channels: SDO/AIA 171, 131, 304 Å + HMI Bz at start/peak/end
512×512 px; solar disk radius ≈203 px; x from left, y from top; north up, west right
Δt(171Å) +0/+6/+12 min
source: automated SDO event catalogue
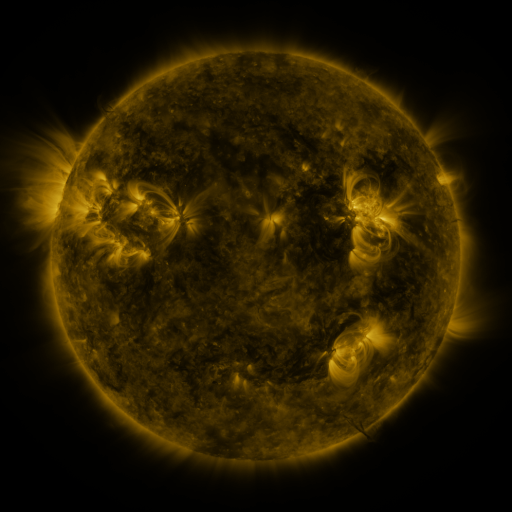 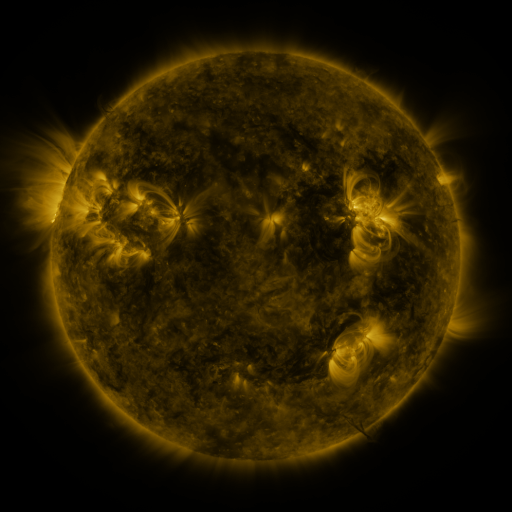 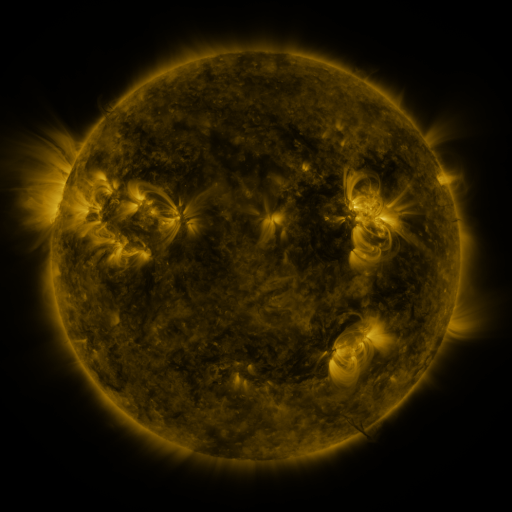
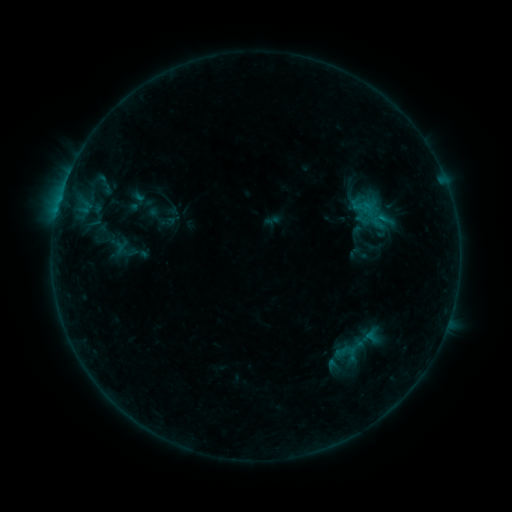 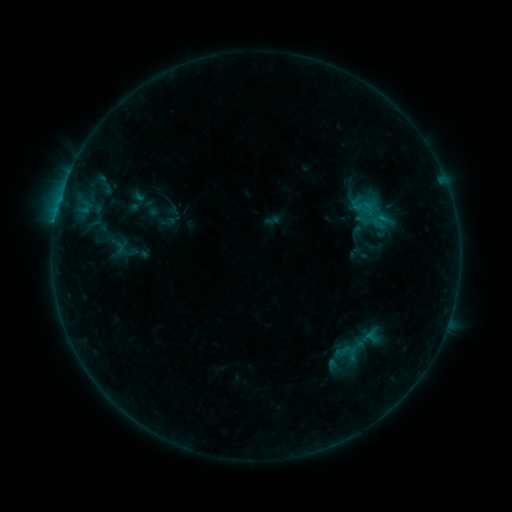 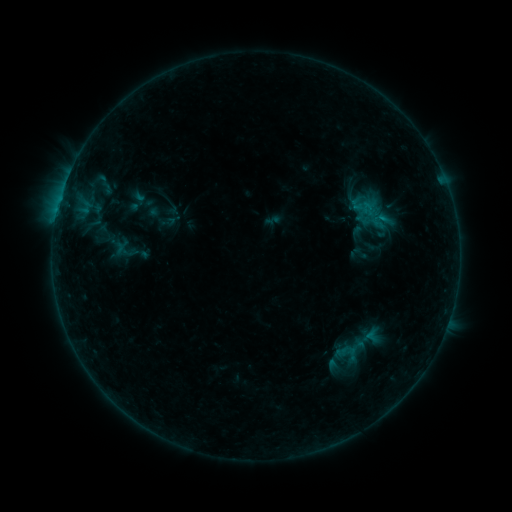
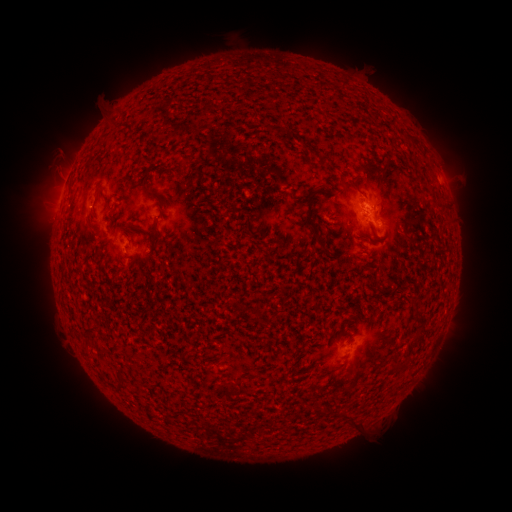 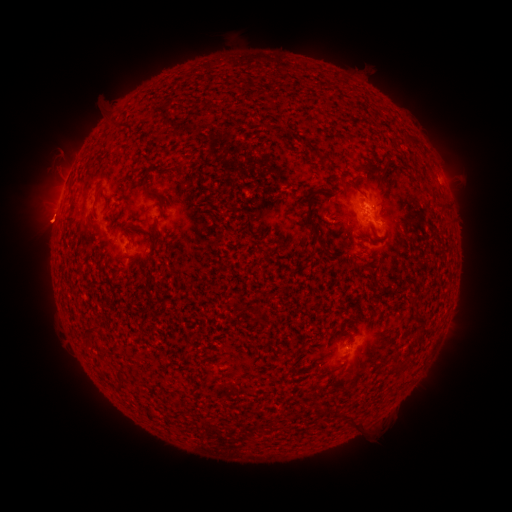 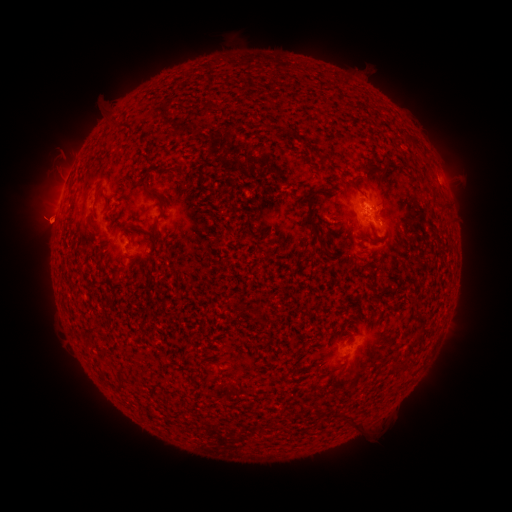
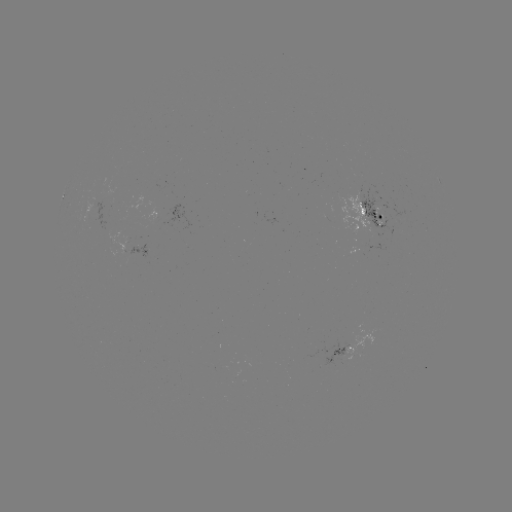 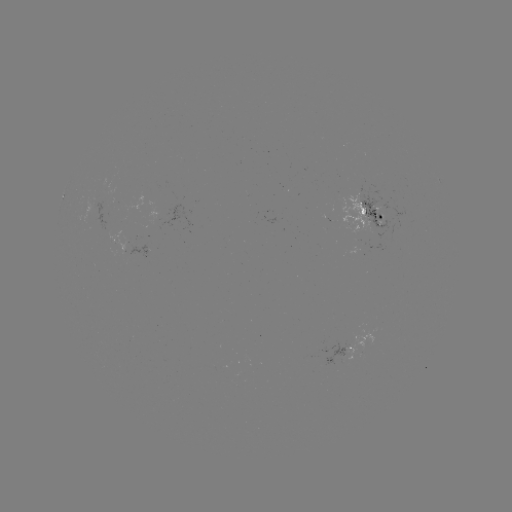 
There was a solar eruption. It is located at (45, 221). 